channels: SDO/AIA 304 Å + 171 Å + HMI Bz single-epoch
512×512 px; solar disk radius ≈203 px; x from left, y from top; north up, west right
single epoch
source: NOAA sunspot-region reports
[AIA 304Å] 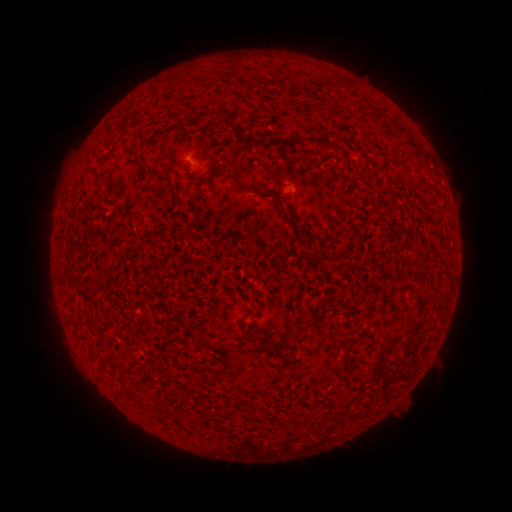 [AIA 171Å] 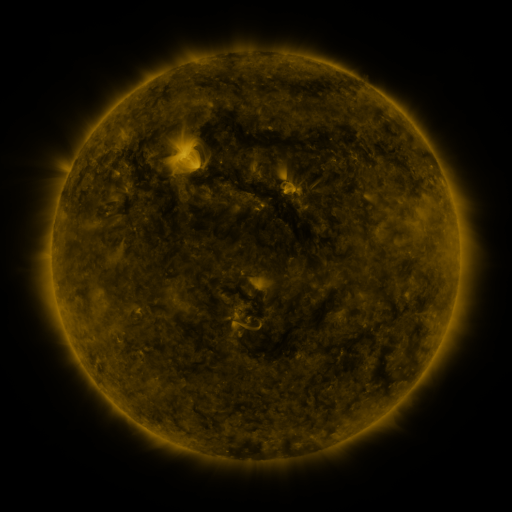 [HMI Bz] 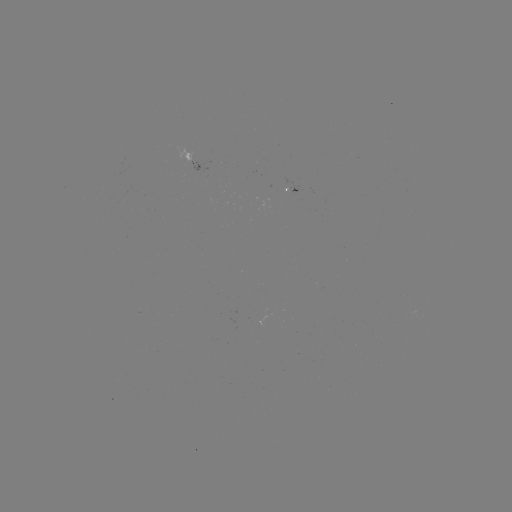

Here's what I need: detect spotted active region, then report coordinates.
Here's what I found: spotted active region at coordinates [189, 161].